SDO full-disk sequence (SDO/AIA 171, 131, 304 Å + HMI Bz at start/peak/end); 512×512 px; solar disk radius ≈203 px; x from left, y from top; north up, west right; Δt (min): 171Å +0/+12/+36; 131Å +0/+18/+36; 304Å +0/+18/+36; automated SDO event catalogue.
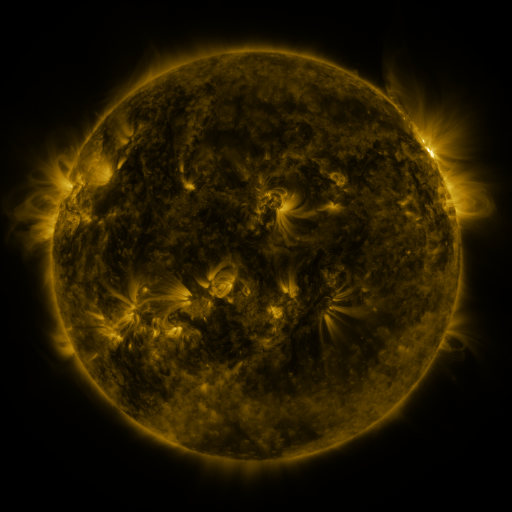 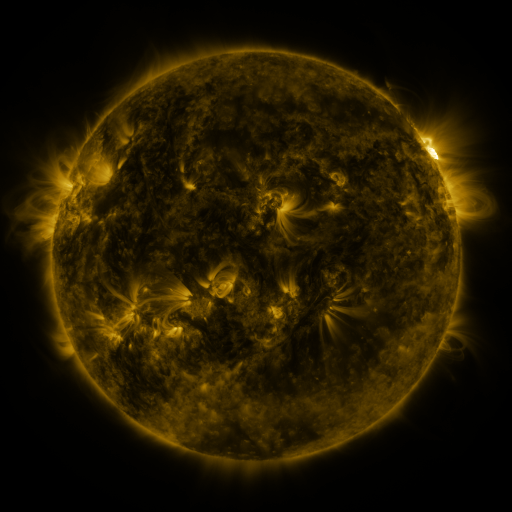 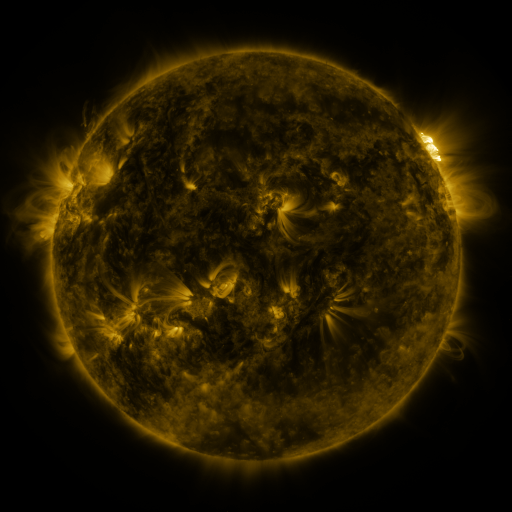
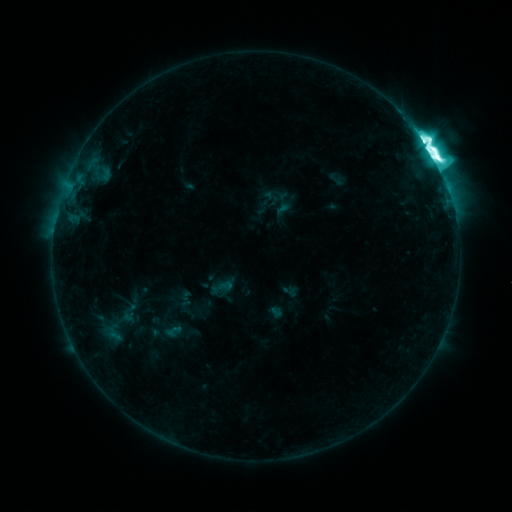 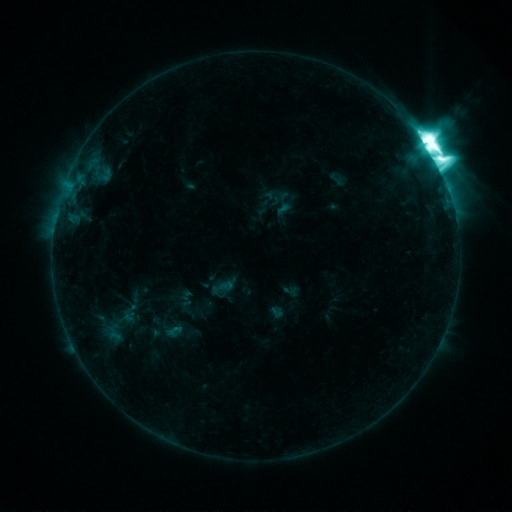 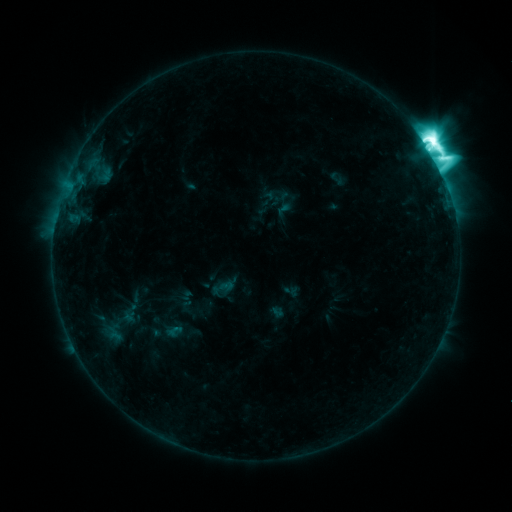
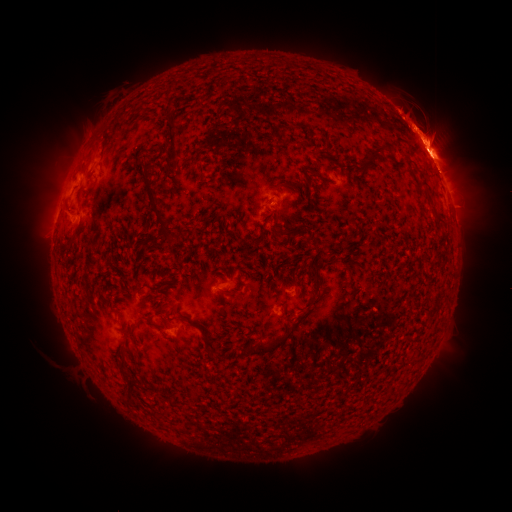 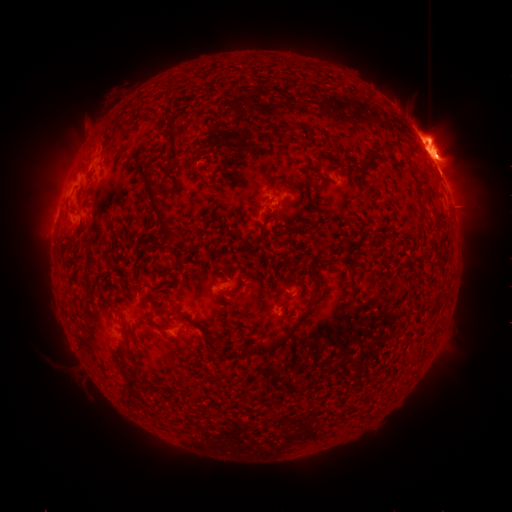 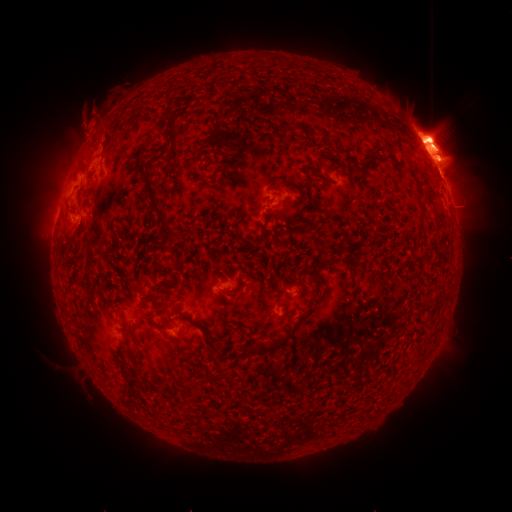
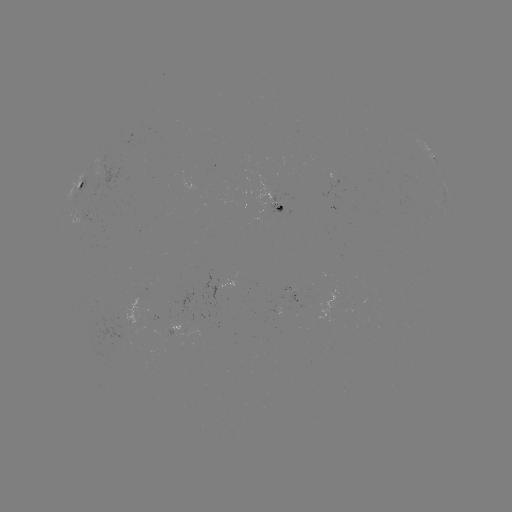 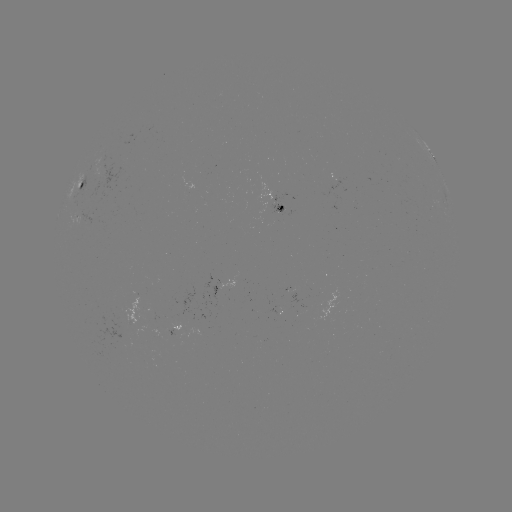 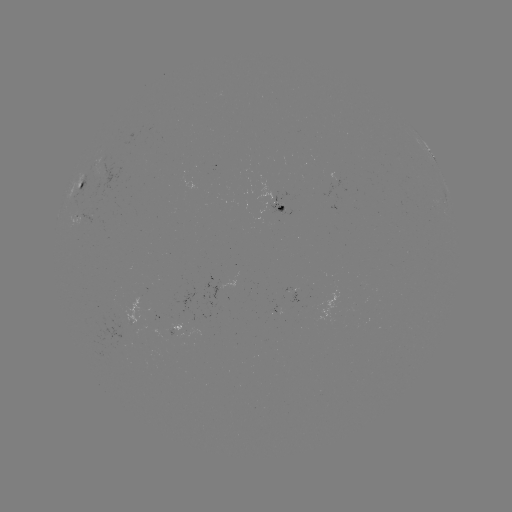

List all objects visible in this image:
eruption: (438, 143)
